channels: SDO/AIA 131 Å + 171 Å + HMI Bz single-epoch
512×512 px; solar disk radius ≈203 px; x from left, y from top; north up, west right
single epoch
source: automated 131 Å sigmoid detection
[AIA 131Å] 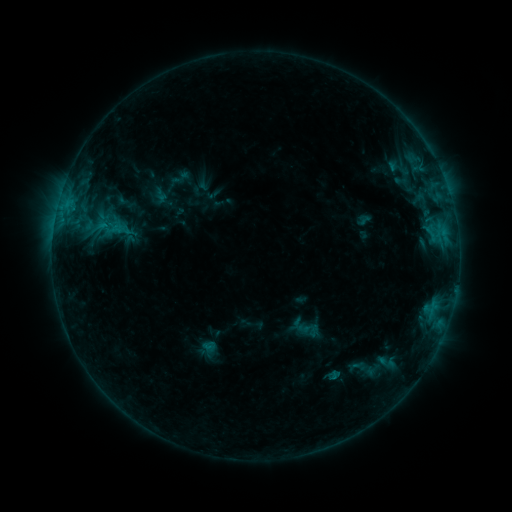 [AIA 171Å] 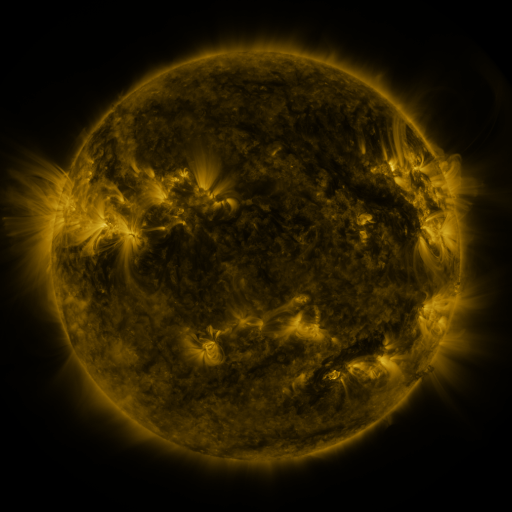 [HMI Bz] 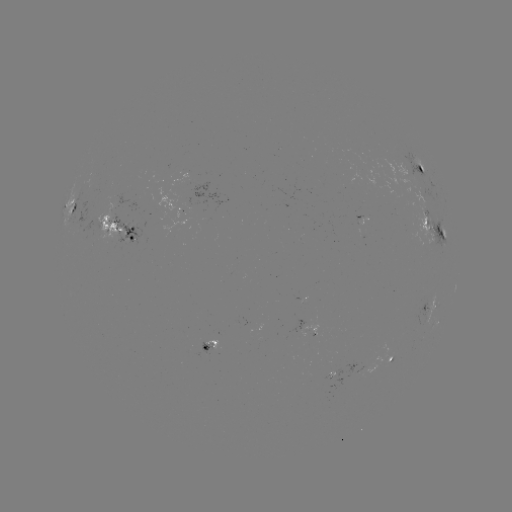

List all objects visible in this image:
sigmoid: (306, 328)
